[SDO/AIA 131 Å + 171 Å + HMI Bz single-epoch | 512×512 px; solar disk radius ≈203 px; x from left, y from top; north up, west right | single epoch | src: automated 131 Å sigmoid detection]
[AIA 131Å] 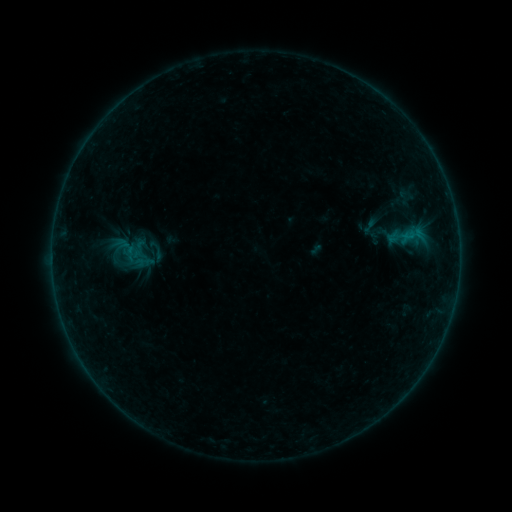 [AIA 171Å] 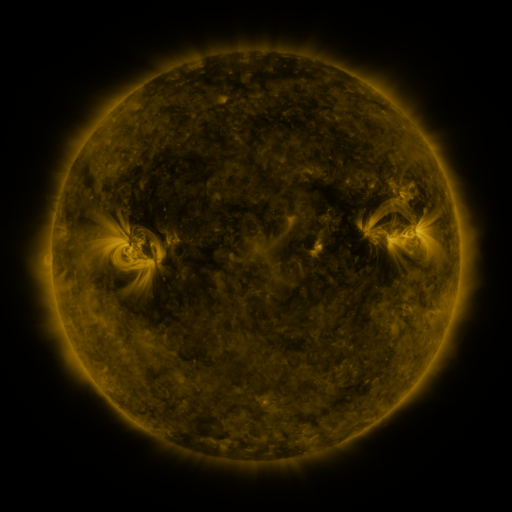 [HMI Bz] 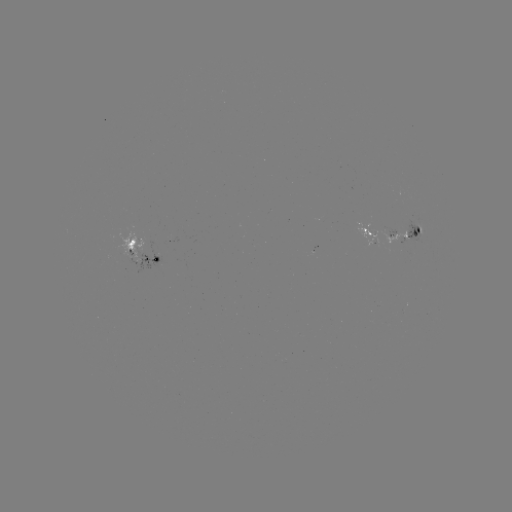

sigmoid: (357, 216, 382, 236)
